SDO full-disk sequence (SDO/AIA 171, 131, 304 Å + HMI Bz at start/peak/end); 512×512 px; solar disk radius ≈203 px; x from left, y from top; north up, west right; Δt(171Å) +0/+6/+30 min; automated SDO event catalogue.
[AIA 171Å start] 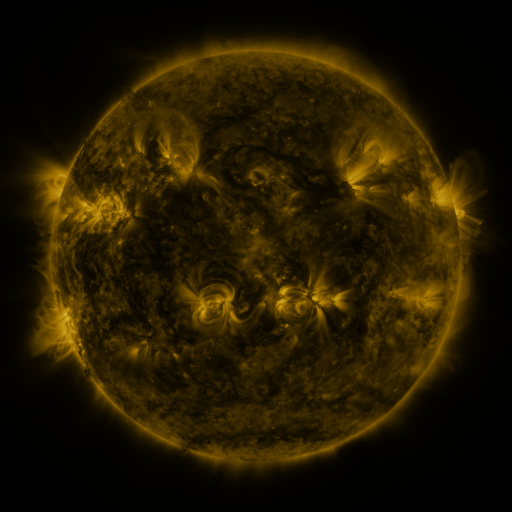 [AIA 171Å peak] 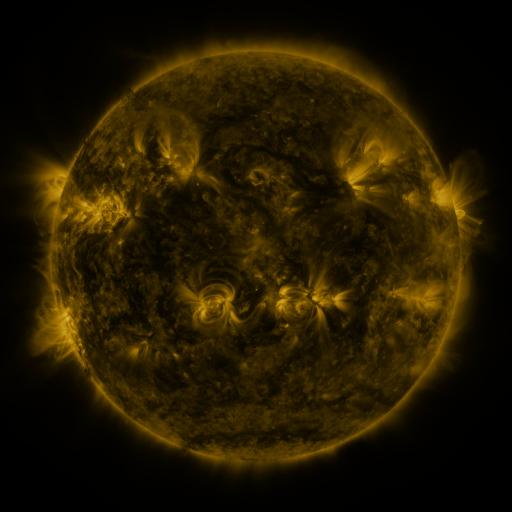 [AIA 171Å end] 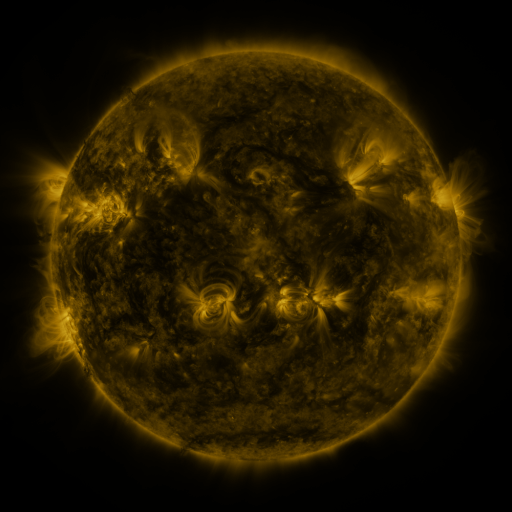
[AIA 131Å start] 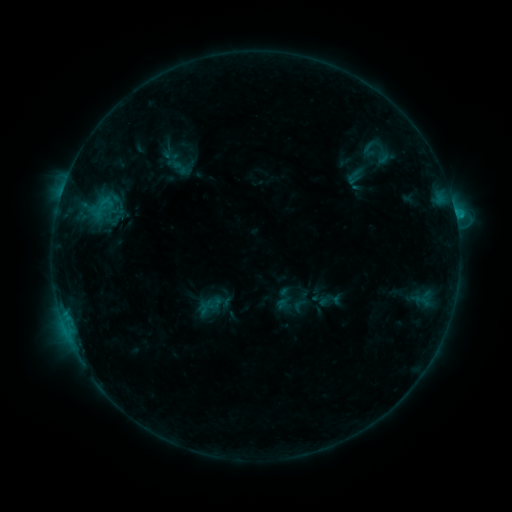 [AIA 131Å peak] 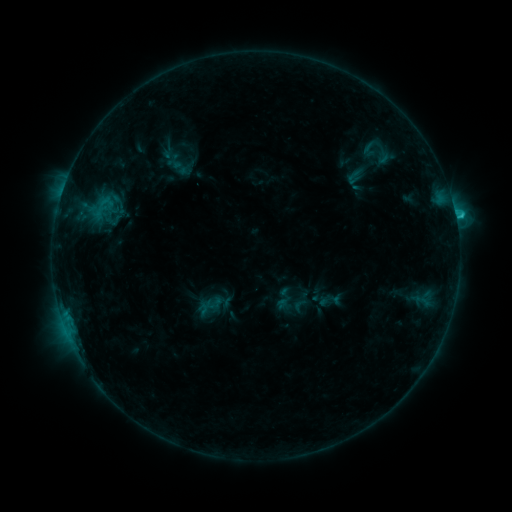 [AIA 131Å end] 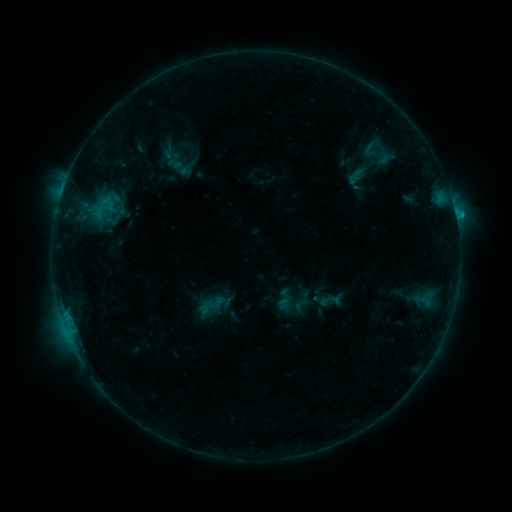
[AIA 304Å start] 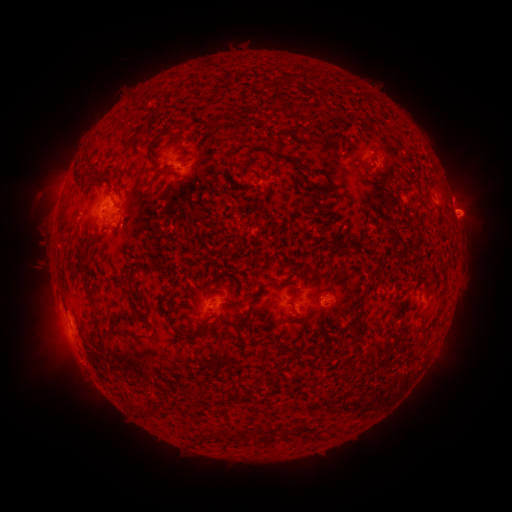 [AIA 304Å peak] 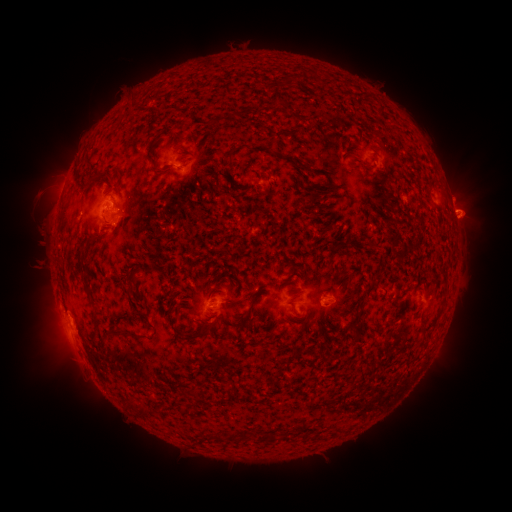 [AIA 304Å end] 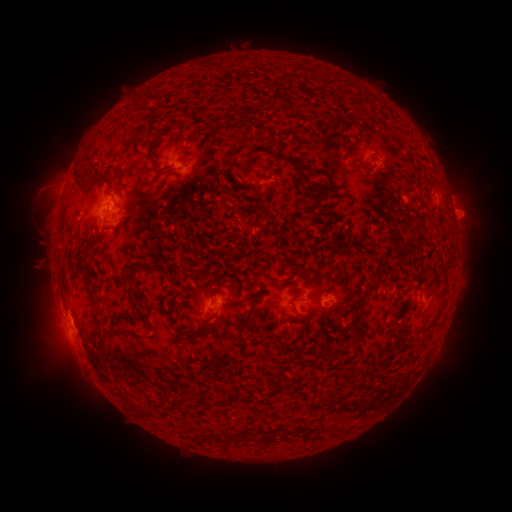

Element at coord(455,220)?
C1.5 flare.